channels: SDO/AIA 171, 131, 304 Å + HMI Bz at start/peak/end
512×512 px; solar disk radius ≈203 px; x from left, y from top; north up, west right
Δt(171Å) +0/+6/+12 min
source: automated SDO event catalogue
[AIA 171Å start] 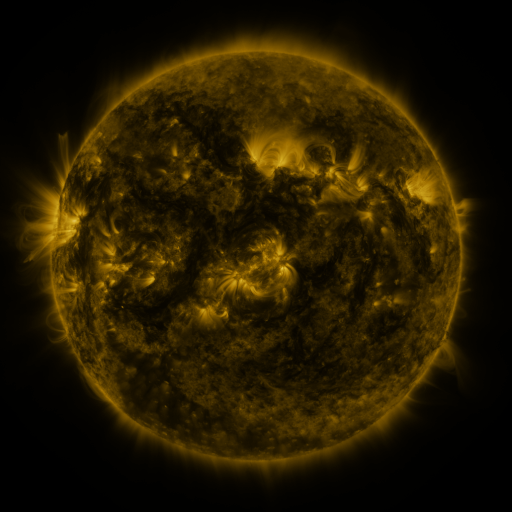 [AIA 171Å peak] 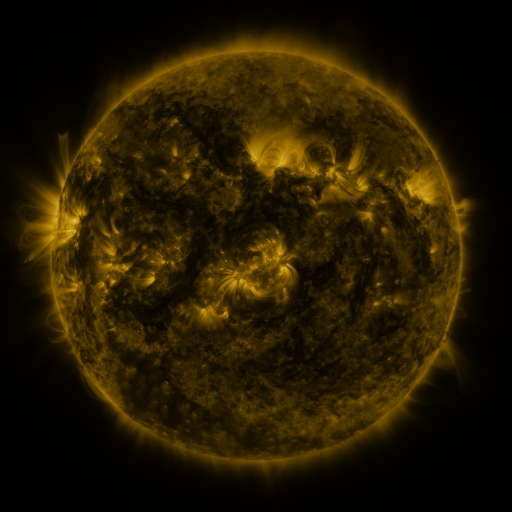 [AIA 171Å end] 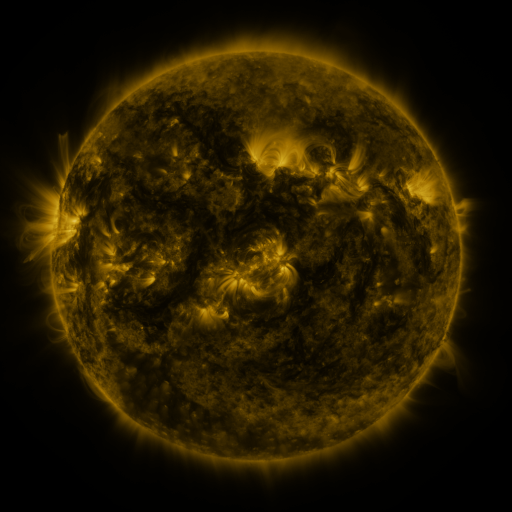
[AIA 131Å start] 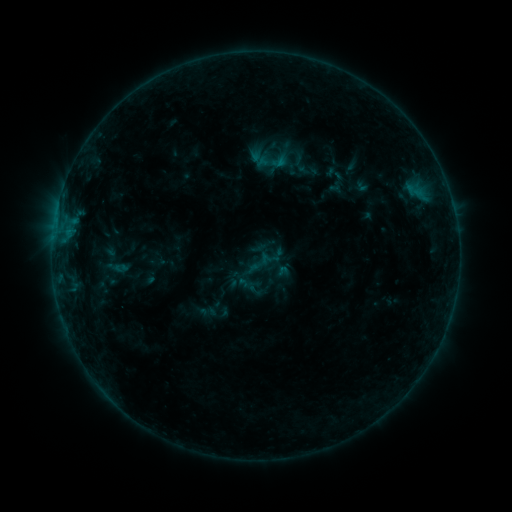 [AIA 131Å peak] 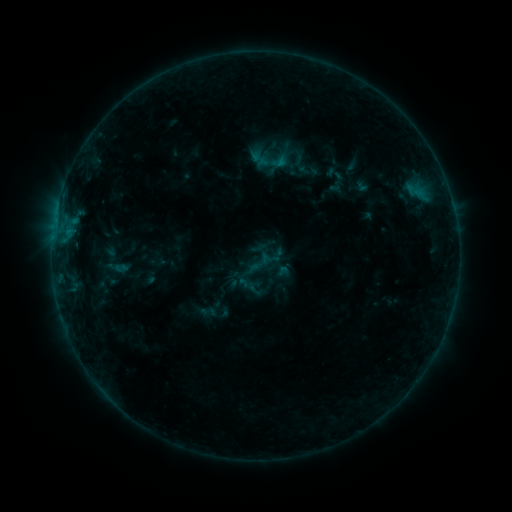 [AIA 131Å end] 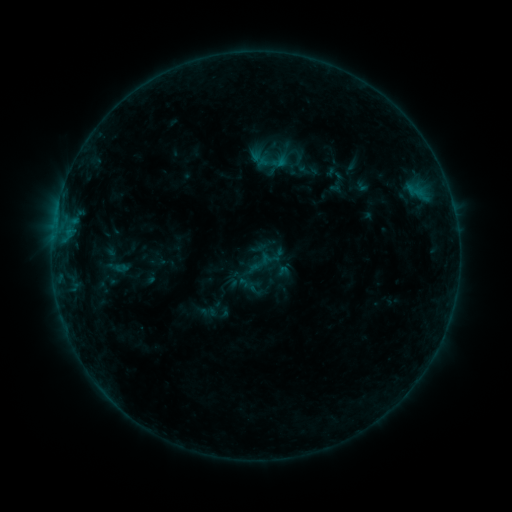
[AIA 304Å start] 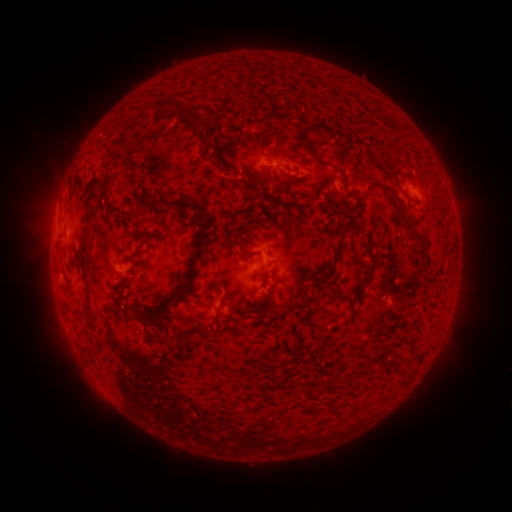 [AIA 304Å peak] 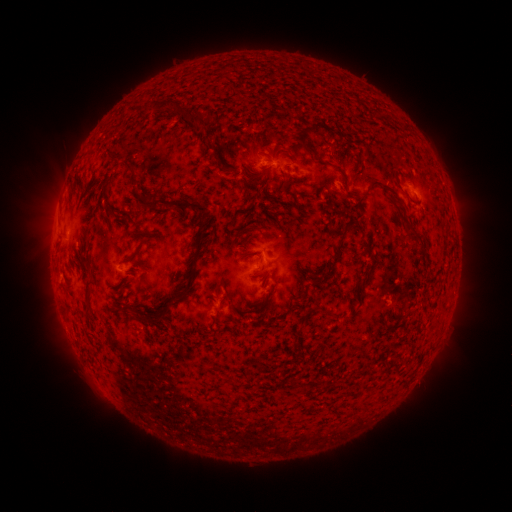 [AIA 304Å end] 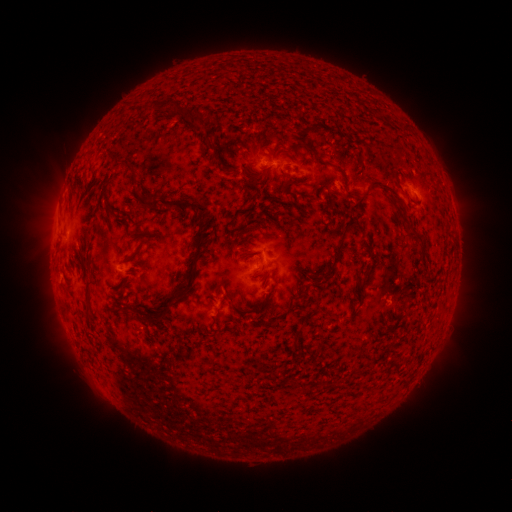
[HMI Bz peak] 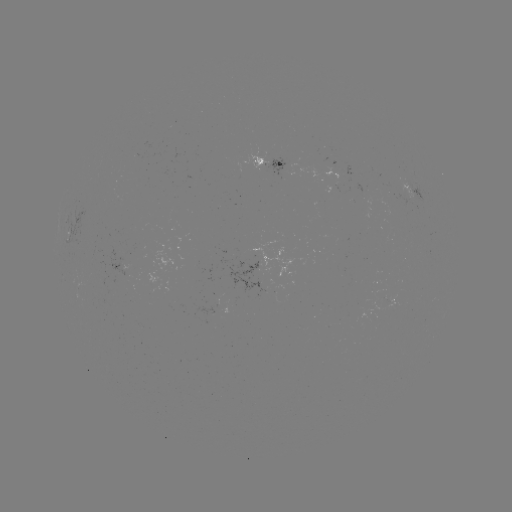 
no catalogued flare and no flagged EUV brightening in this window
